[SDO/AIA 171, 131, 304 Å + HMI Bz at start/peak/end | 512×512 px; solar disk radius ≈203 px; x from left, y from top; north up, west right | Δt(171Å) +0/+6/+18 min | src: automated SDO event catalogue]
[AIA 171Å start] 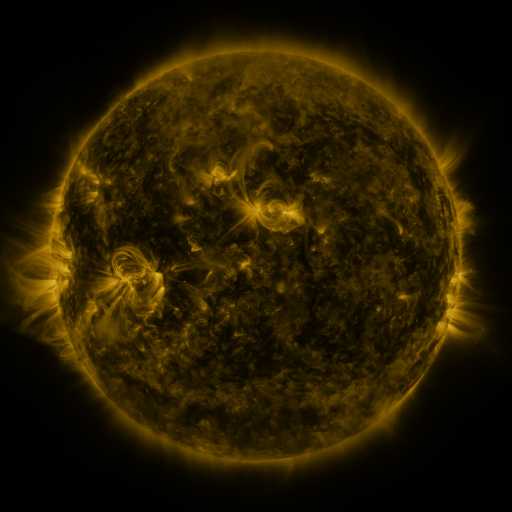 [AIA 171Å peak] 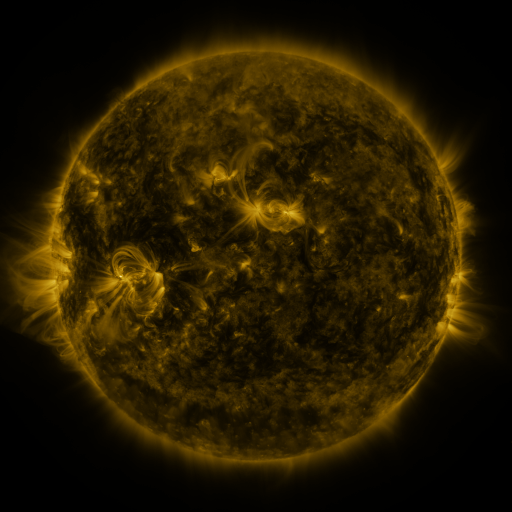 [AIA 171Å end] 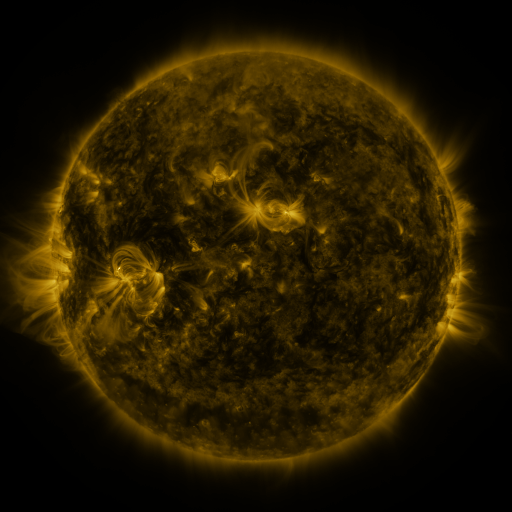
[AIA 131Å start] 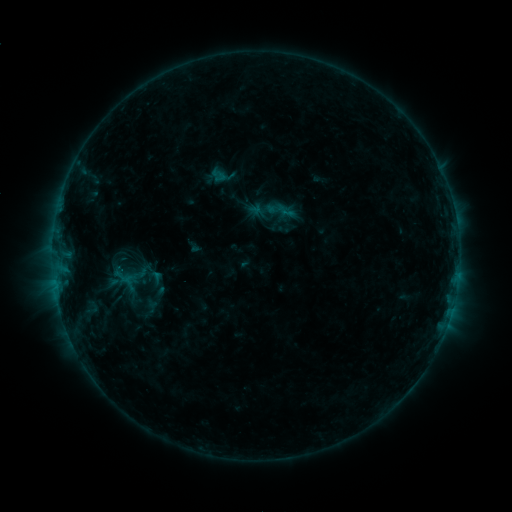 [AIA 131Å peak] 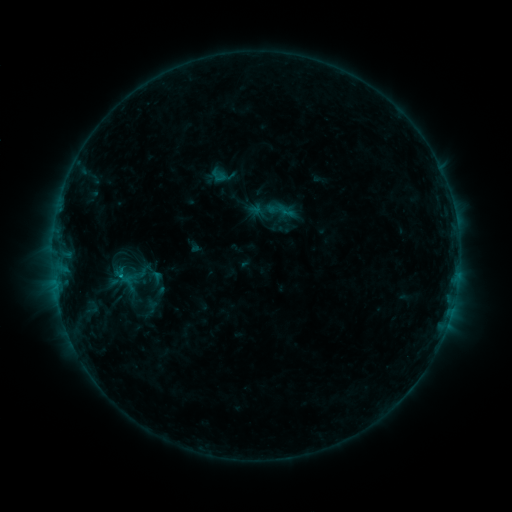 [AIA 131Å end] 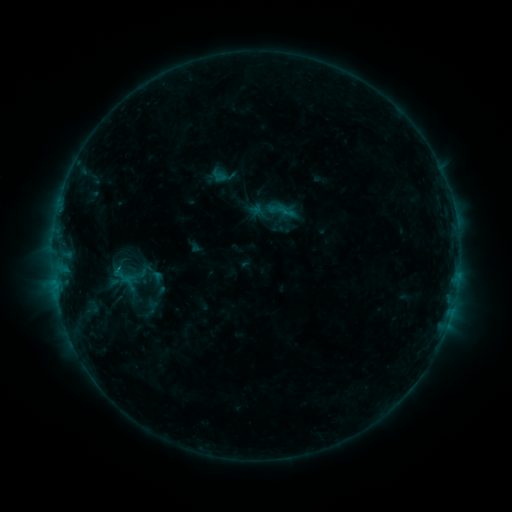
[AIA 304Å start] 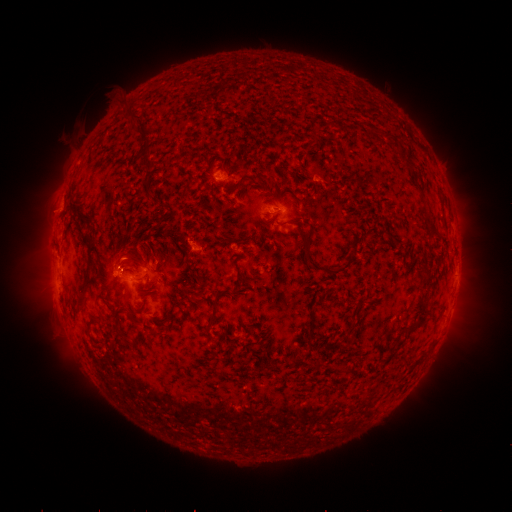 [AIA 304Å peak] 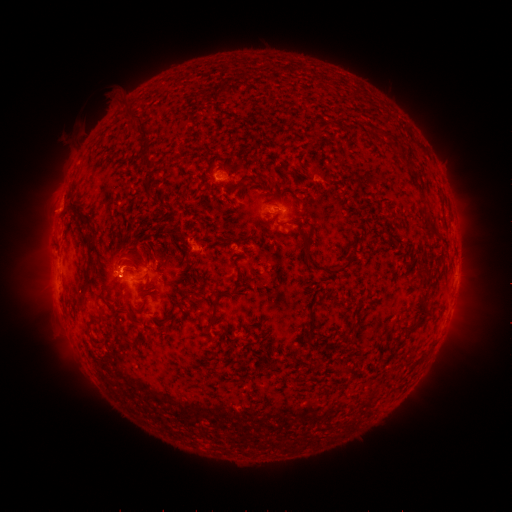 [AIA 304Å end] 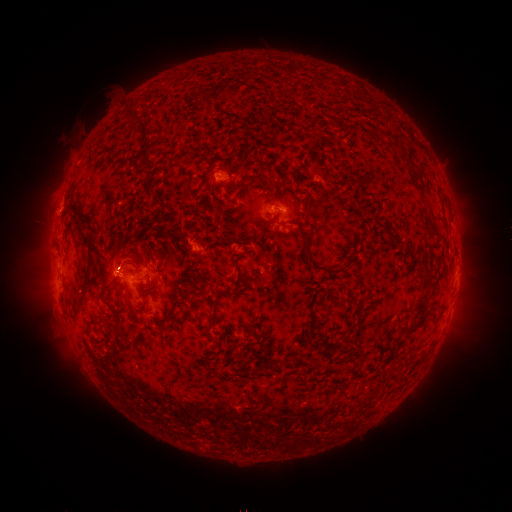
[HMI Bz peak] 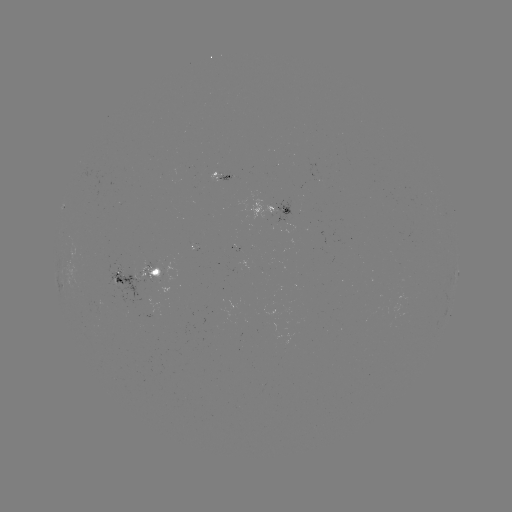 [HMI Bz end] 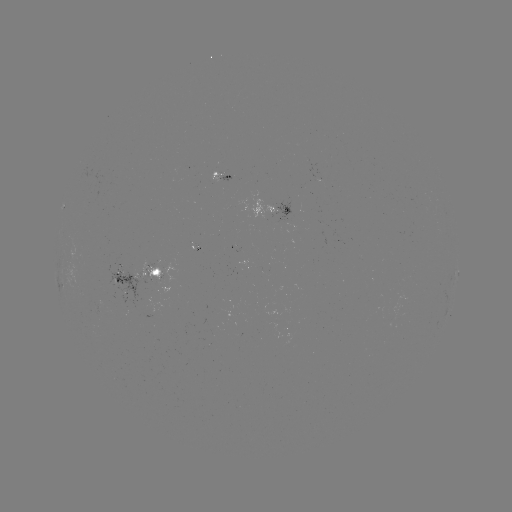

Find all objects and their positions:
eruption: (120, 260)
